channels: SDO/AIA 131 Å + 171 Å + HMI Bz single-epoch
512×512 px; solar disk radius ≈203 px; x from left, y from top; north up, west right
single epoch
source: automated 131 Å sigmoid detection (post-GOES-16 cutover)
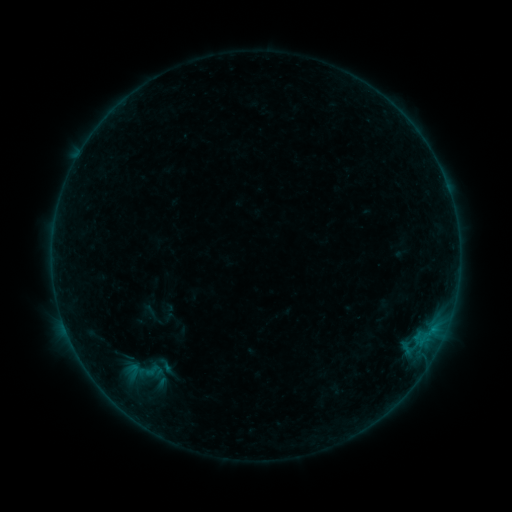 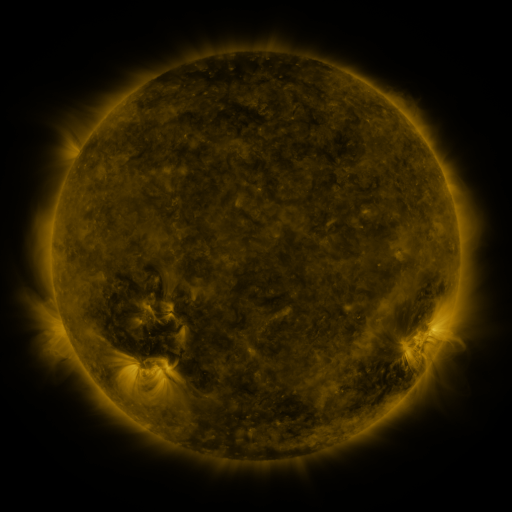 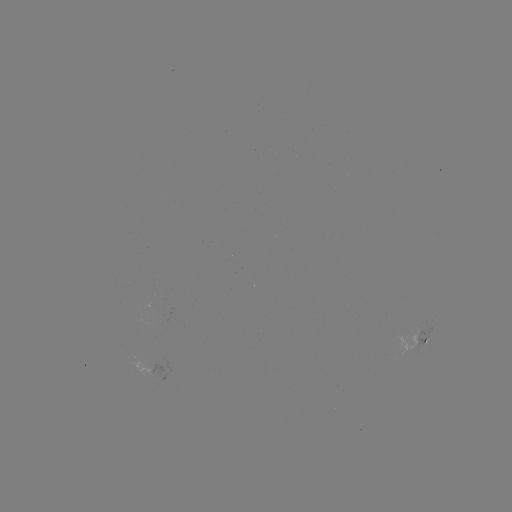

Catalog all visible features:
sigmoid: (153, 371)
